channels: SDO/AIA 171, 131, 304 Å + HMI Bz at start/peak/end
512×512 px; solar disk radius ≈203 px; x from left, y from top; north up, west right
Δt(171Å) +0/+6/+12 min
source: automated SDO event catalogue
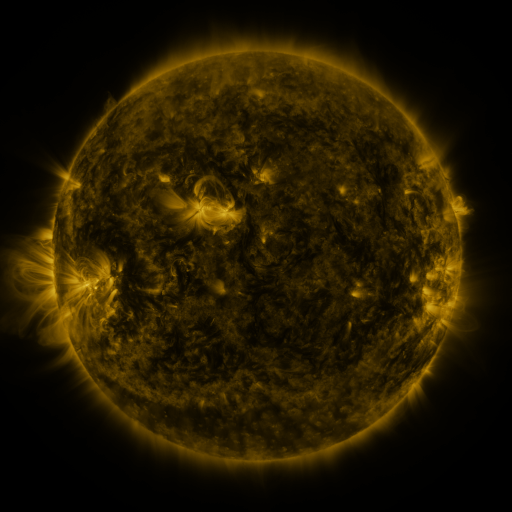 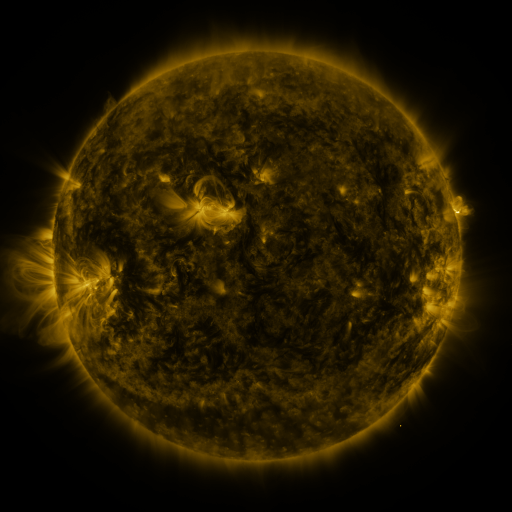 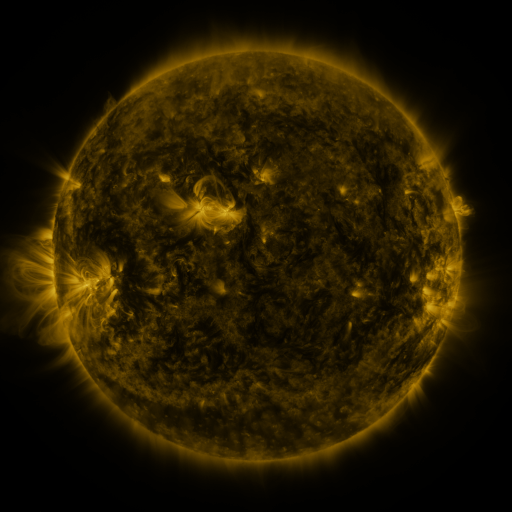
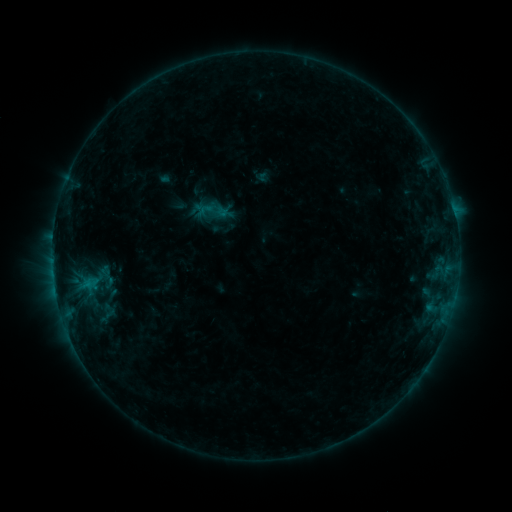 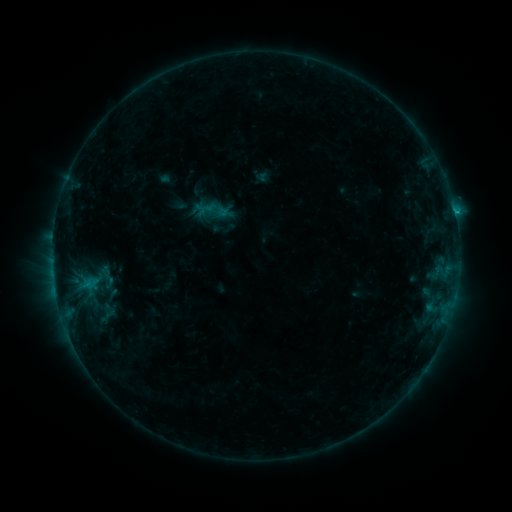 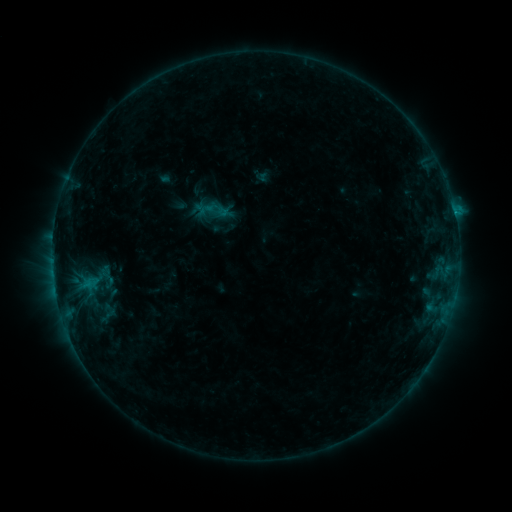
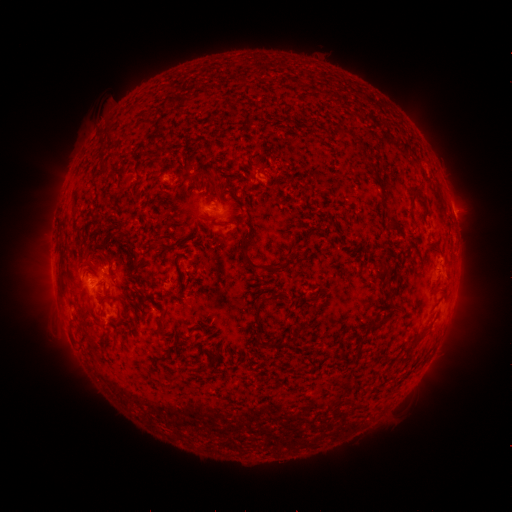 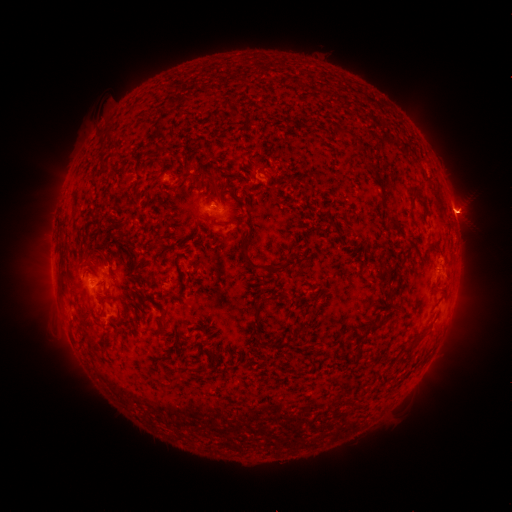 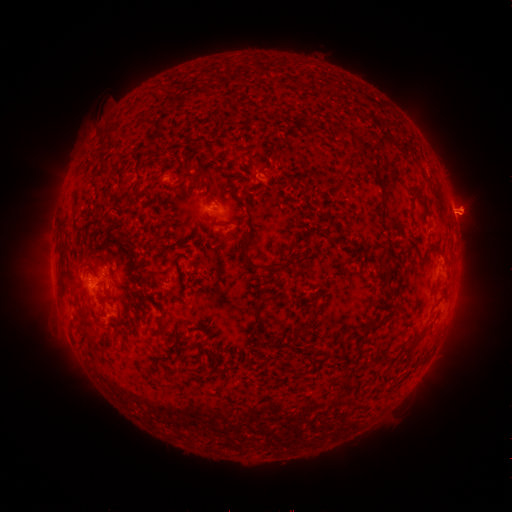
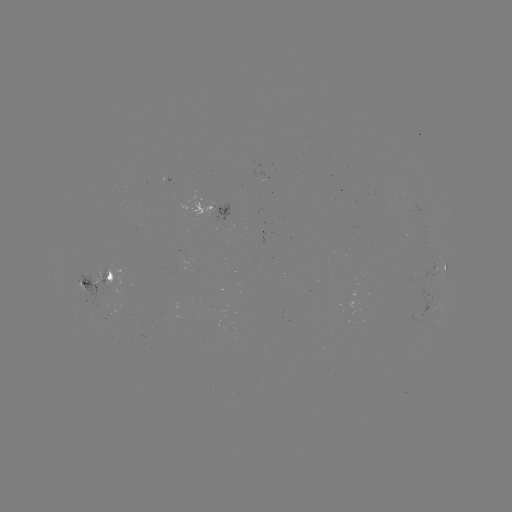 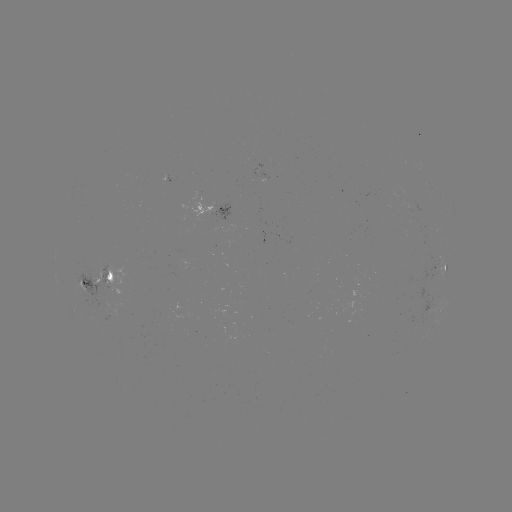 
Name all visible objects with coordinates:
B7.4 flare: (454, 213)
